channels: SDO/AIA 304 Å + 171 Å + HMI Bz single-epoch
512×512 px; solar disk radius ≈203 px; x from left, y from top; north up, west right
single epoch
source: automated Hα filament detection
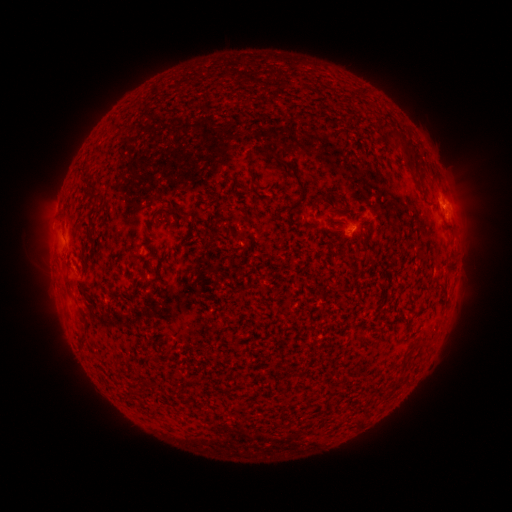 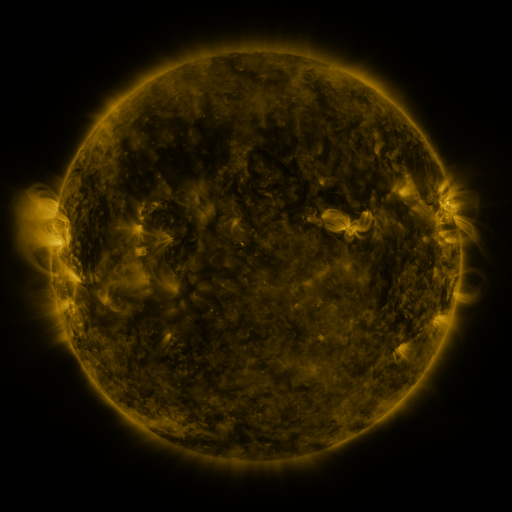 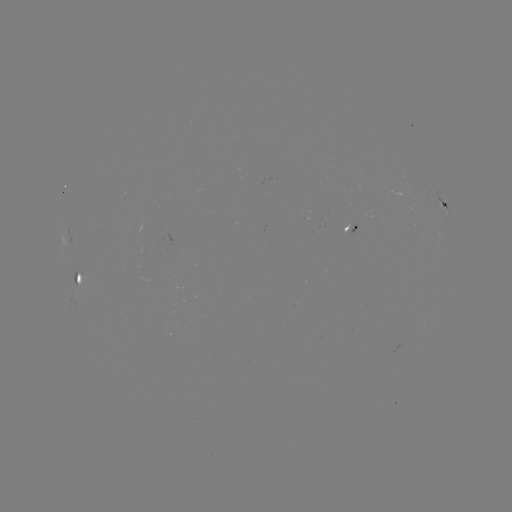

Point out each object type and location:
filament: <bbox>393, 136, 414, 160</bbox>
filament: <bbox>276, 154, 306, 193</bbox>
filament: <bbox>86, 183, 100, 202</bbox>
filament: <bbox>446, 259, 454, 270</bbox>
filament: <bbox>62, 261, 72, 294</bbox>
